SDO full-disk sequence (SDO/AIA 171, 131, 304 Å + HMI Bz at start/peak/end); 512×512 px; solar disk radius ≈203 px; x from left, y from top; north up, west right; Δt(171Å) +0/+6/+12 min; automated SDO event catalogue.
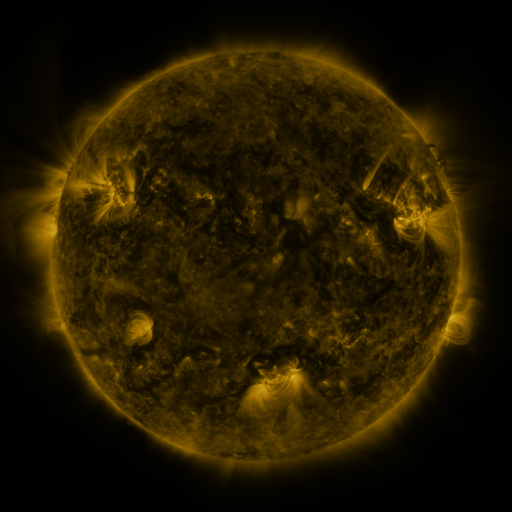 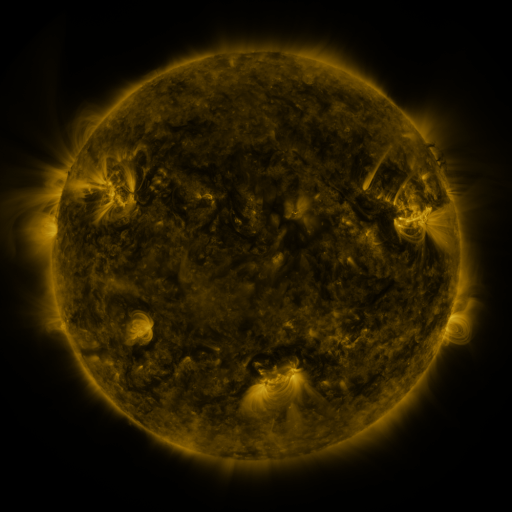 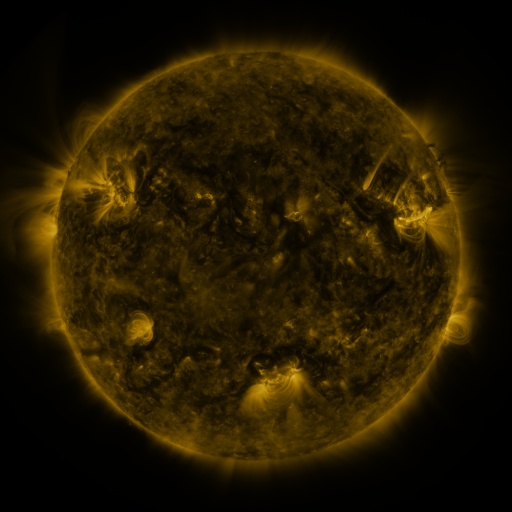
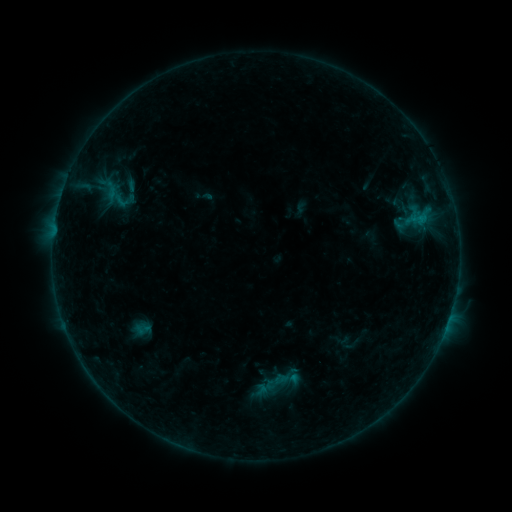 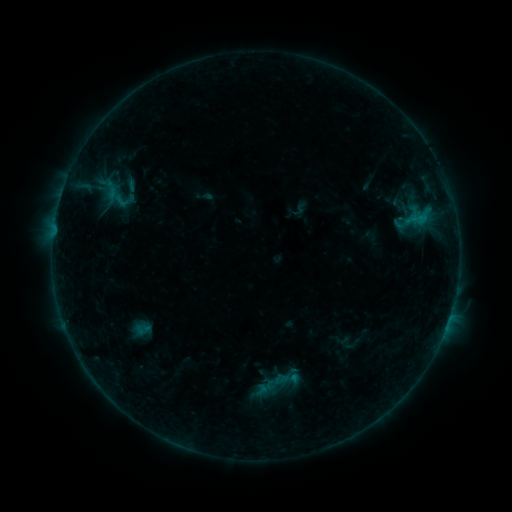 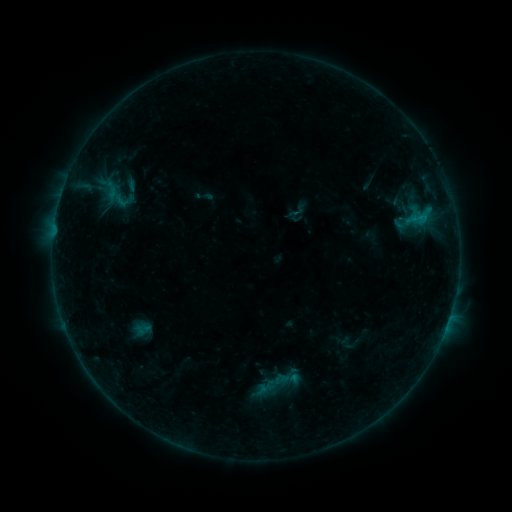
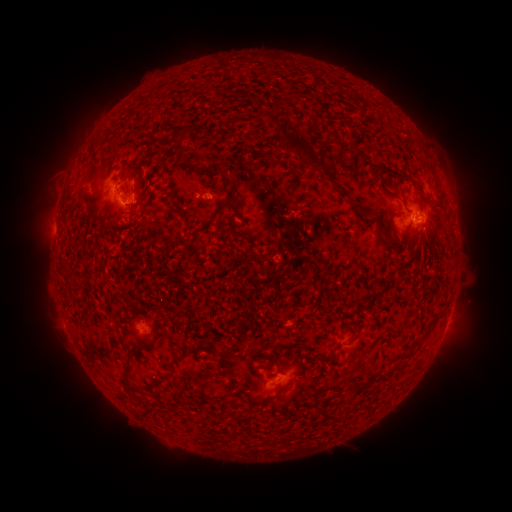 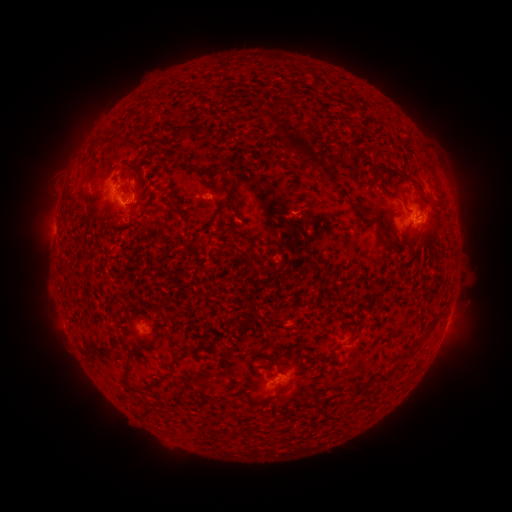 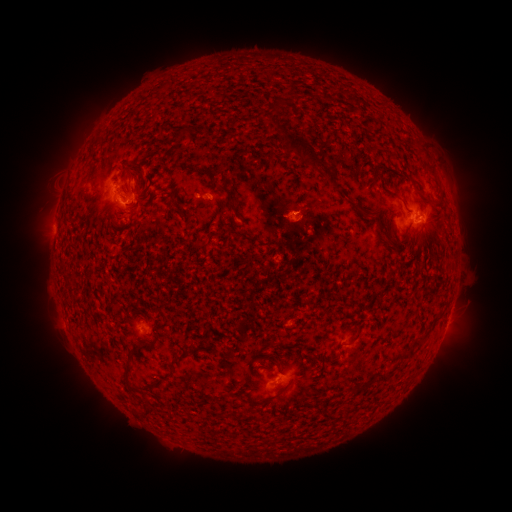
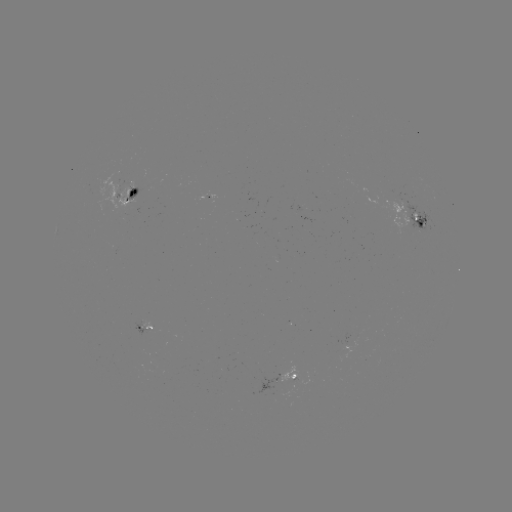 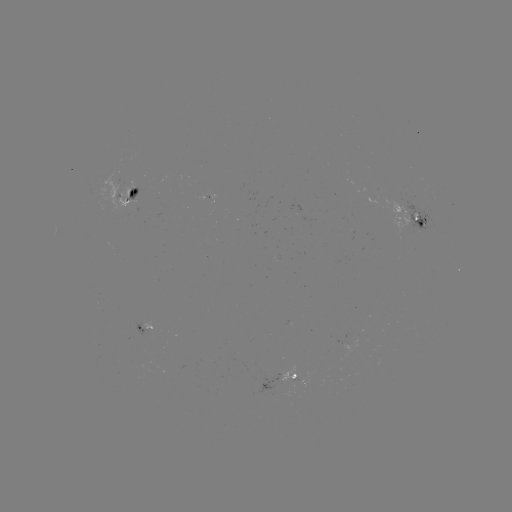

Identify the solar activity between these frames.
eruption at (291, 221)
